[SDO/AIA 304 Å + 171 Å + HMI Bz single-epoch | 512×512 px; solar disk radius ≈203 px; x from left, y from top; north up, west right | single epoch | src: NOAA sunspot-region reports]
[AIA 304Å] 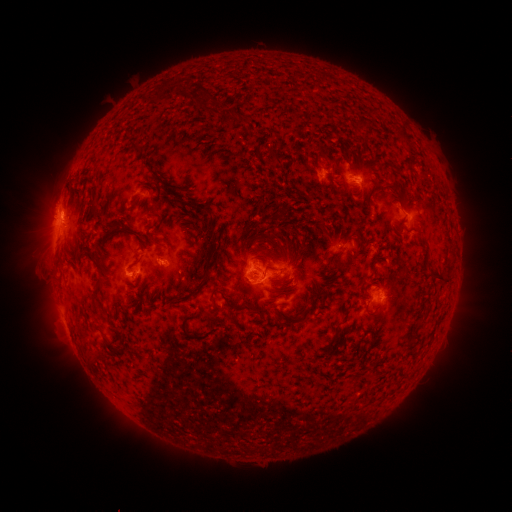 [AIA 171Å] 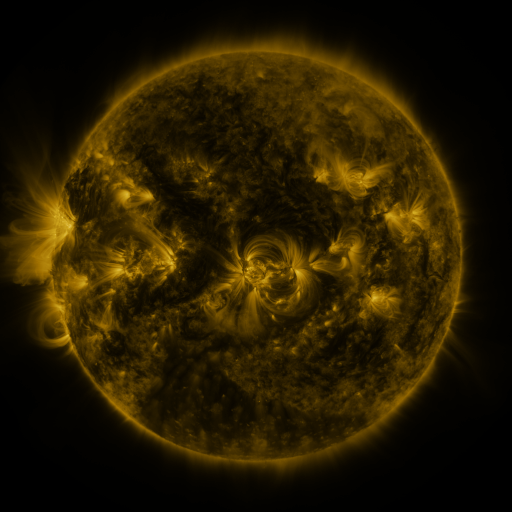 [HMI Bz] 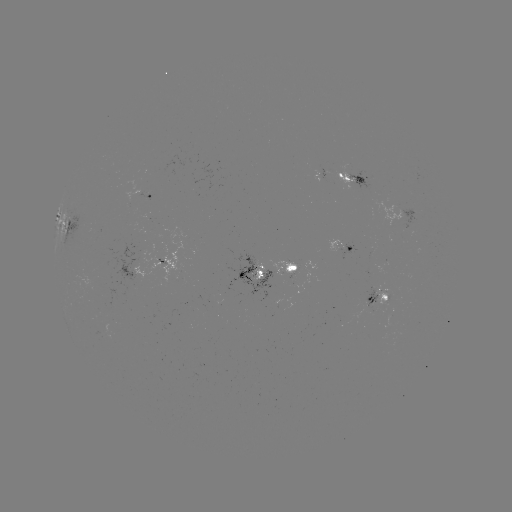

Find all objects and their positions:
spotted active region: (352, 176)
spotted active region: (153, 196)
spotted active region: (413, 218)
spotted active region: (70, 223)
spotted active region: (345, 226)
spotted active region: (170, 262)
spotted active region: (273, 271)
spotted active region: (381, 300)
